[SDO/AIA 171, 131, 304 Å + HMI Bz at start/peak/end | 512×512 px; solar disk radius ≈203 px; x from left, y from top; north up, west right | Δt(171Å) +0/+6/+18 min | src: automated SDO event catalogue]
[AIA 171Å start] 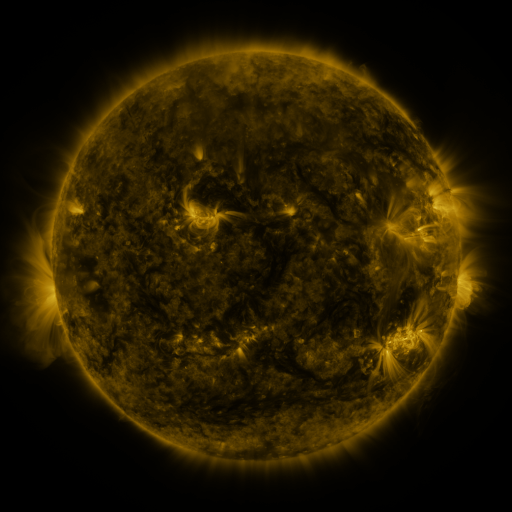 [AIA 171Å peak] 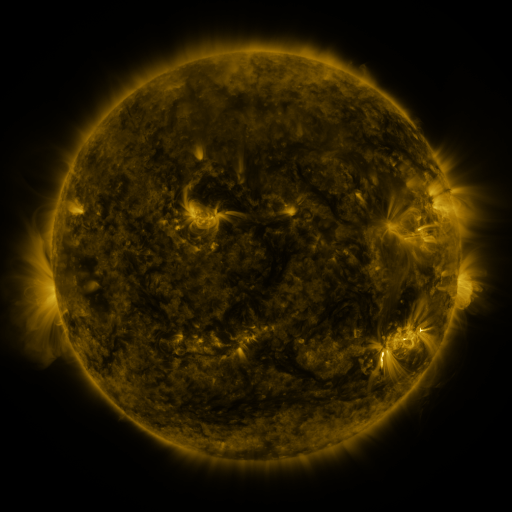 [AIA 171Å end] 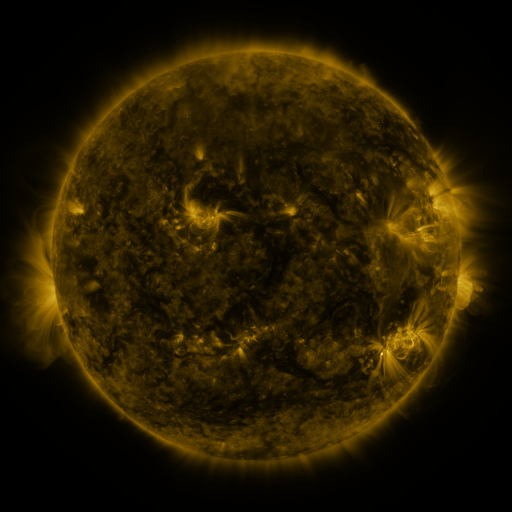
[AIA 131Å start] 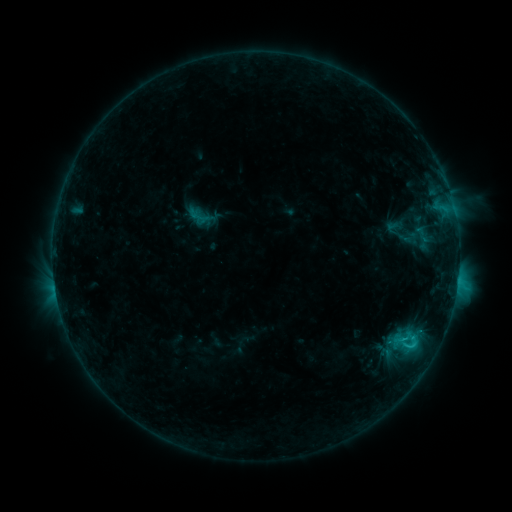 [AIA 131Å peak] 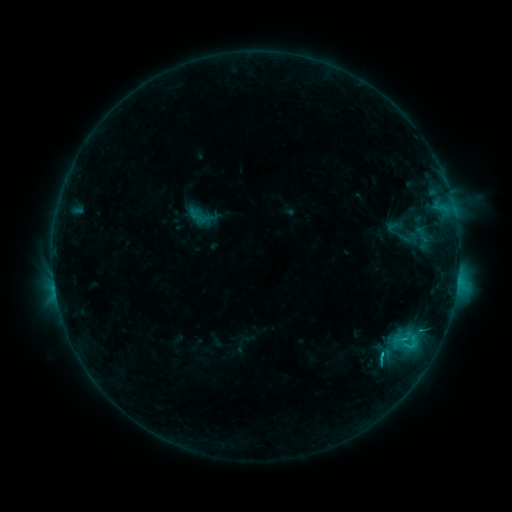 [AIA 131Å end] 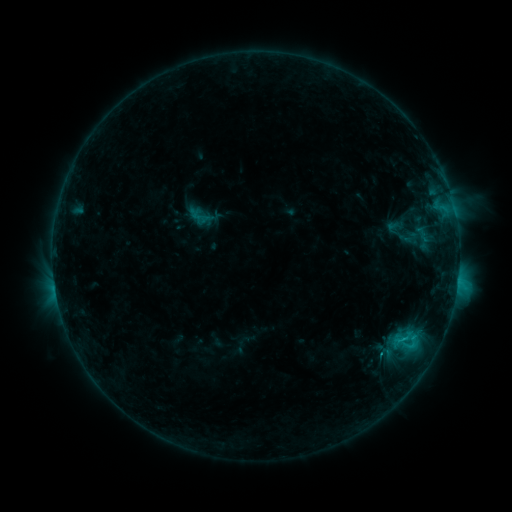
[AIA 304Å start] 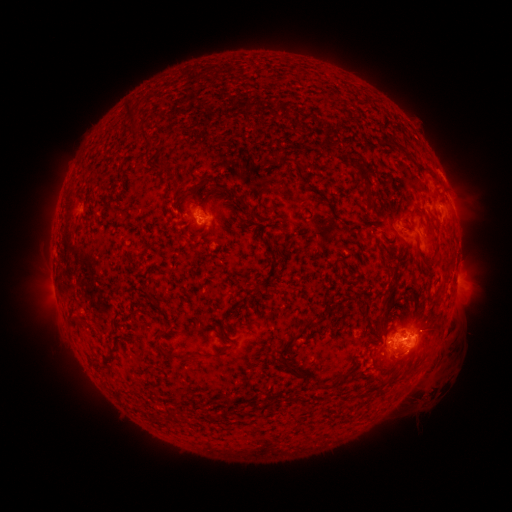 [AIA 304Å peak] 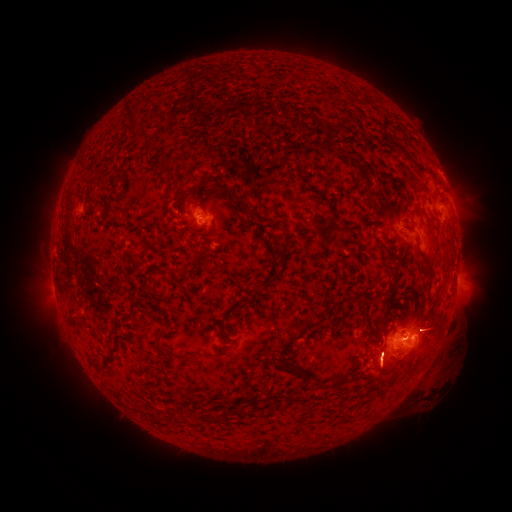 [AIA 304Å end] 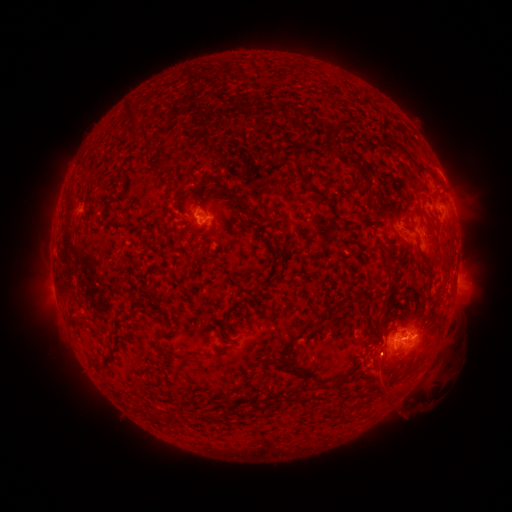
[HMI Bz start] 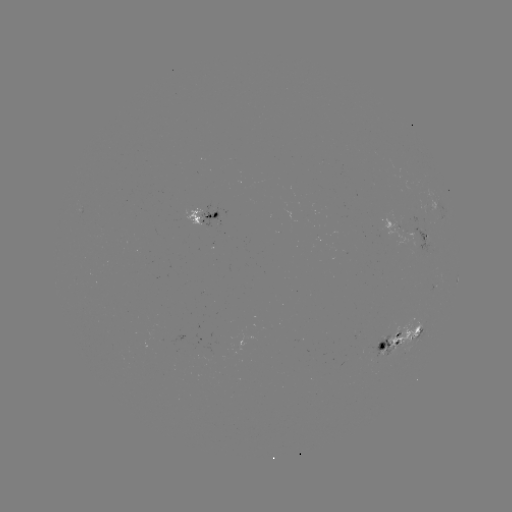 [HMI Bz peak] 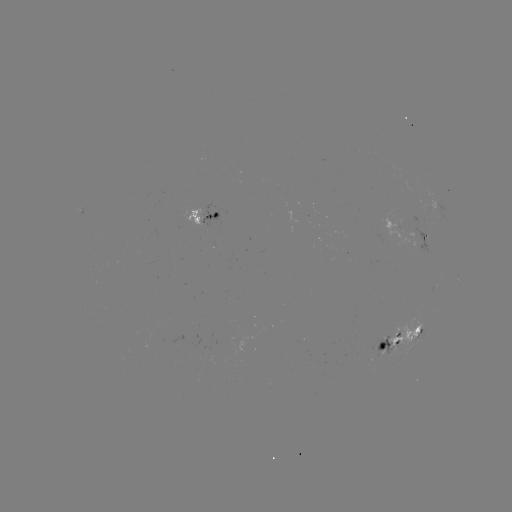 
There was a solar eruption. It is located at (384, 369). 